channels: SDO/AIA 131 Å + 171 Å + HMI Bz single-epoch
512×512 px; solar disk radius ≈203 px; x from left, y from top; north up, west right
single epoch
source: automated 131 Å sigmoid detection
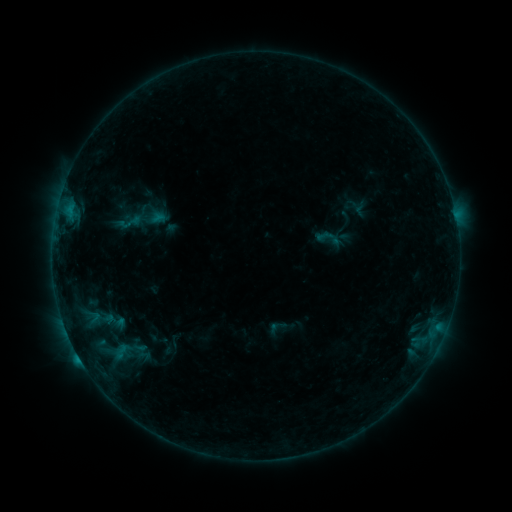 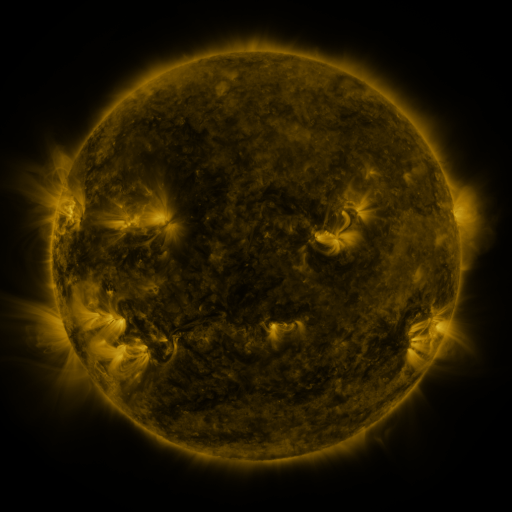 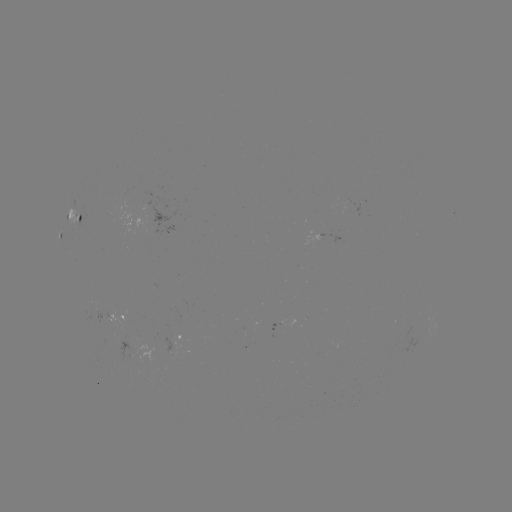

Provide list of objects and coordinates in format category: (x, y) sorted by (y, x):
sigmoid: (330, 239)
sigmoid: (123, 358)
